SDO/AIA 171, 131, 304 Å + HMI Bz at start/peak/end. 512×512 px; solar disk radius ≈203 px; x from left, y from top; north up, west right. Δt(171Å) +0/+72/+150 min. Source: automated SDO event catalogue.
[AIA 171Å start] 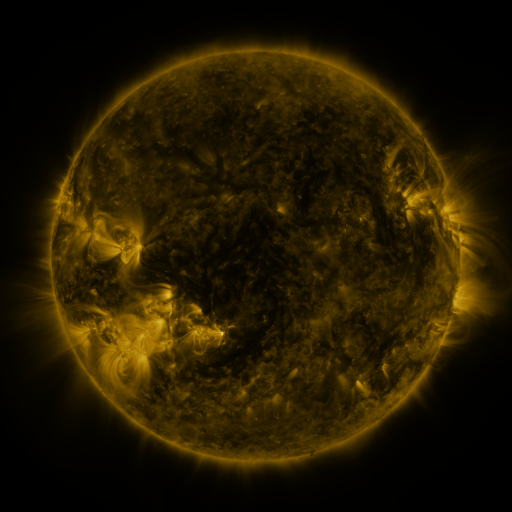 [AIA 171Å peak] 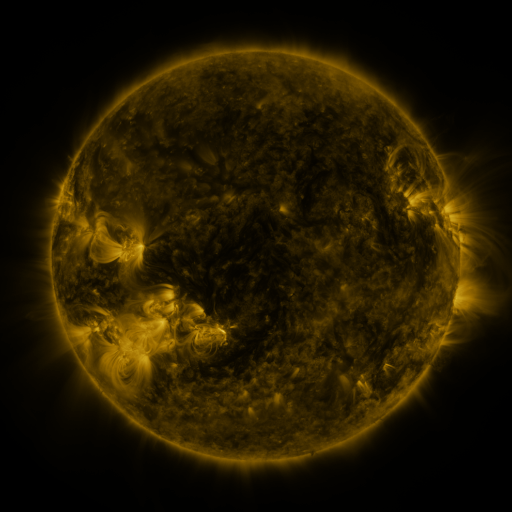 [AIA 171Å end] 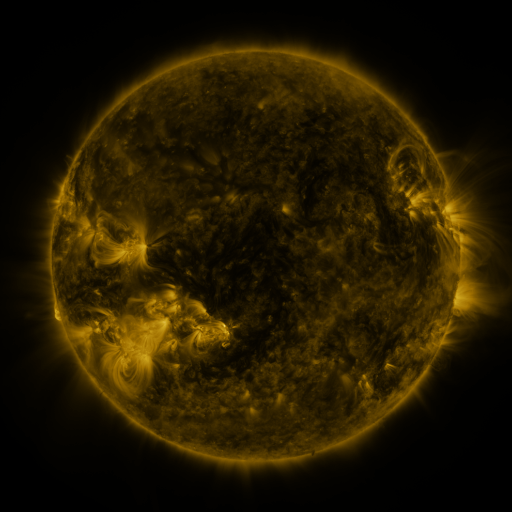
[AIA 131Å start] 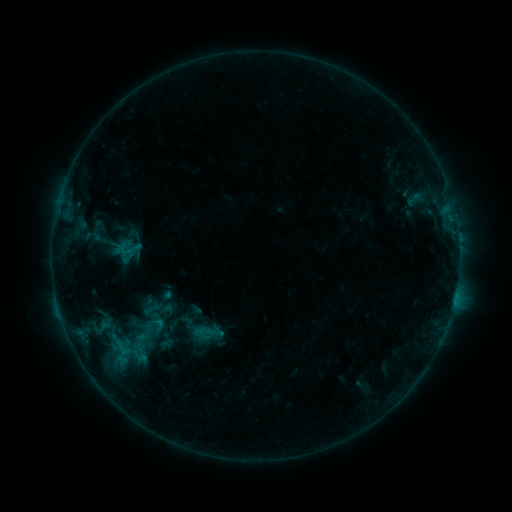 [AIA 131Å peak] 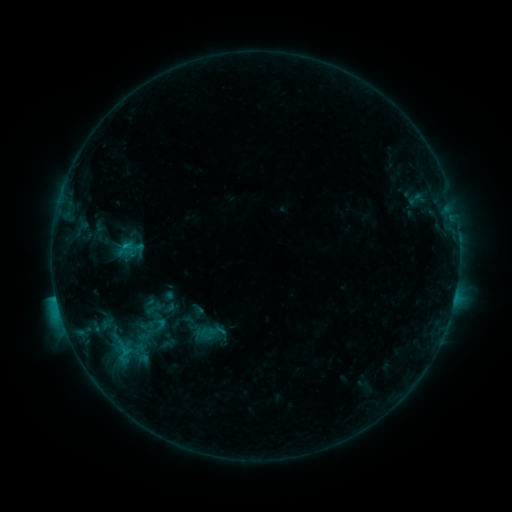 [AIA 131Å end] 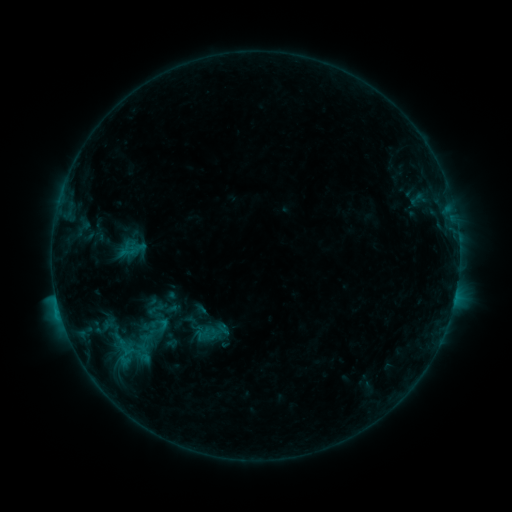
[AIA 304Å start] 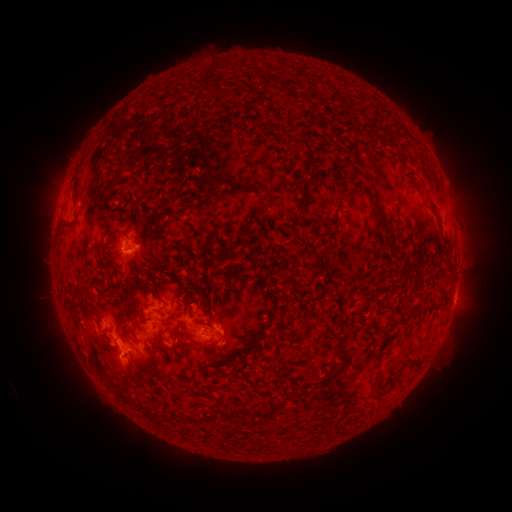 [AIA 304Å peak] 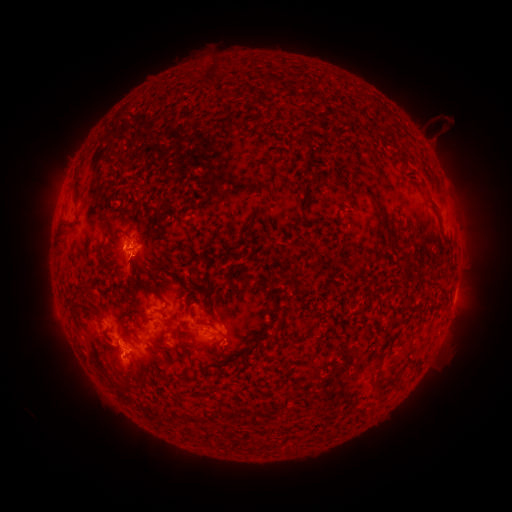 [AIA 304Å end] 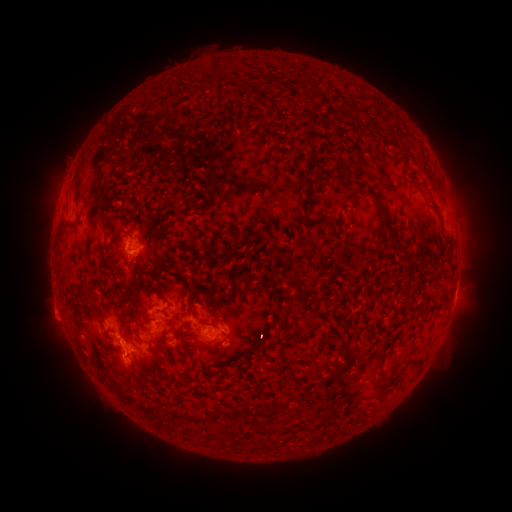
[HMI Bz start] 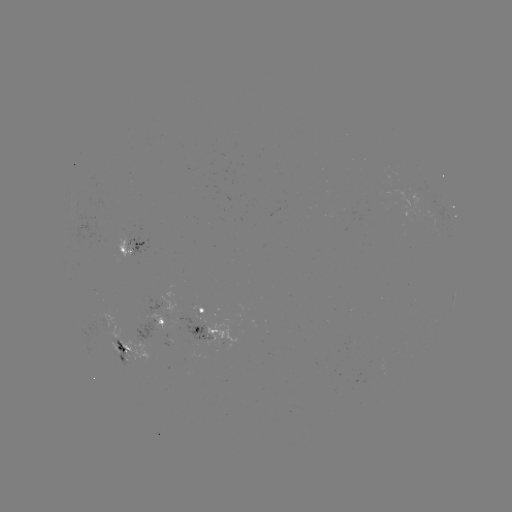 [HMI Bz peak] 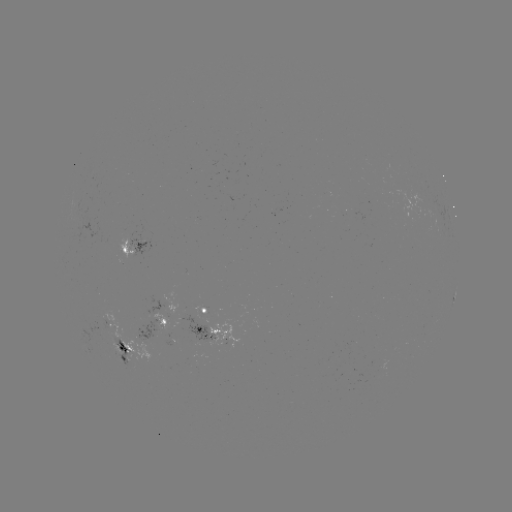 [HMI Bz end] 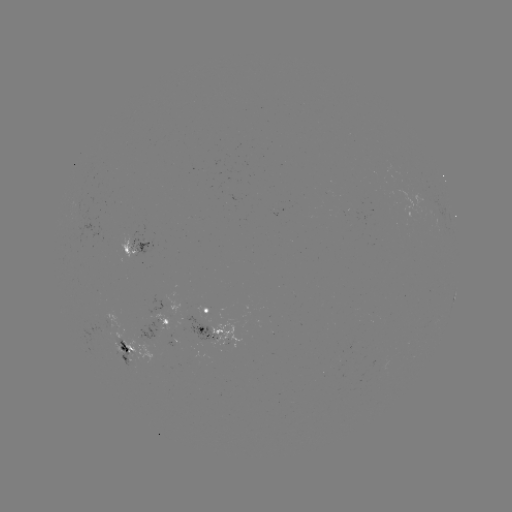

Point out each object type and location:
C2.4 flare: (57, 298)
